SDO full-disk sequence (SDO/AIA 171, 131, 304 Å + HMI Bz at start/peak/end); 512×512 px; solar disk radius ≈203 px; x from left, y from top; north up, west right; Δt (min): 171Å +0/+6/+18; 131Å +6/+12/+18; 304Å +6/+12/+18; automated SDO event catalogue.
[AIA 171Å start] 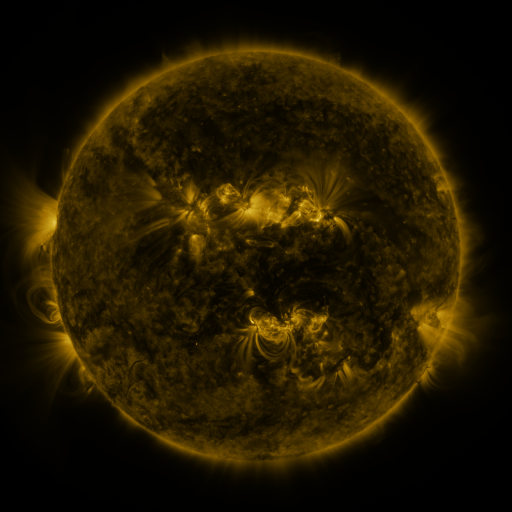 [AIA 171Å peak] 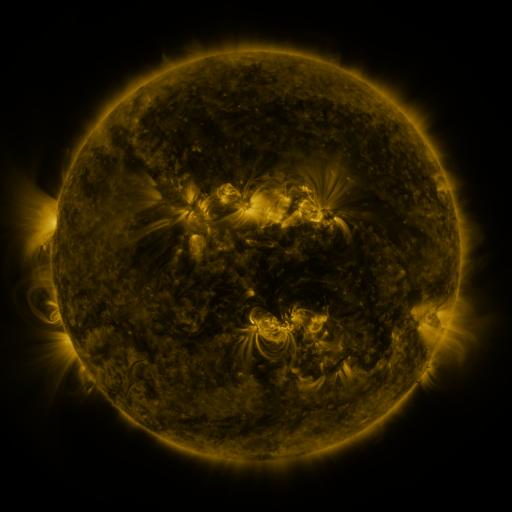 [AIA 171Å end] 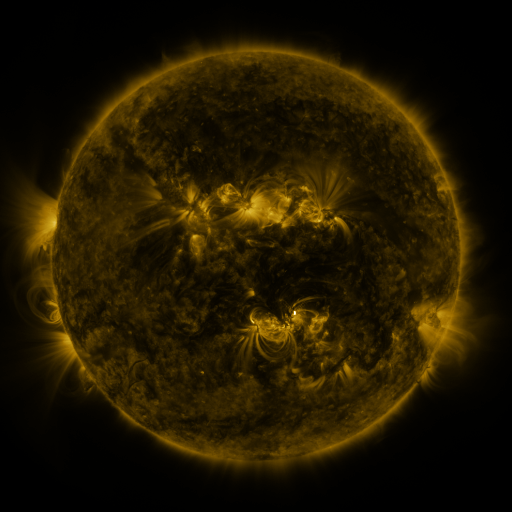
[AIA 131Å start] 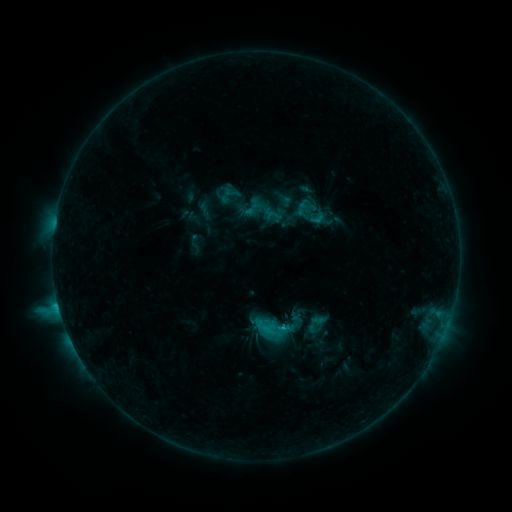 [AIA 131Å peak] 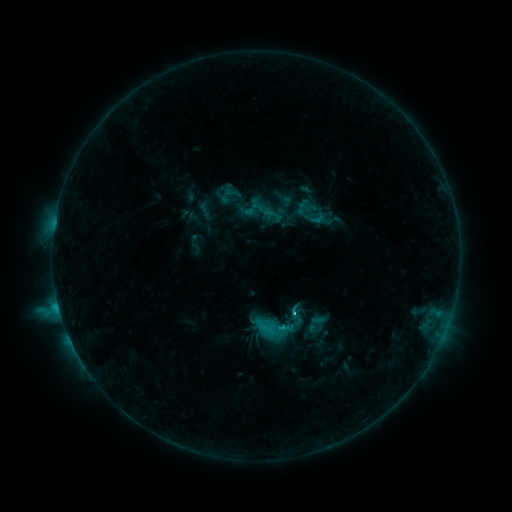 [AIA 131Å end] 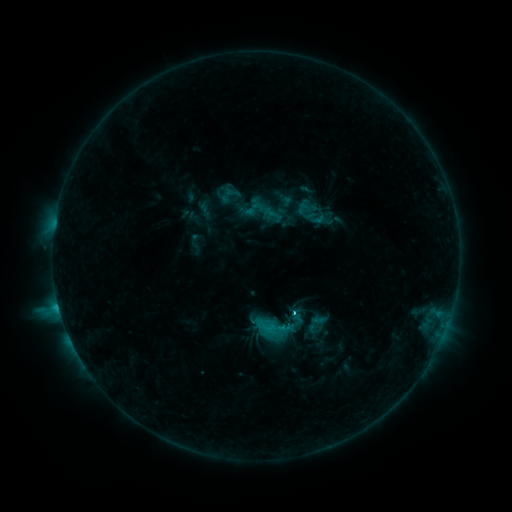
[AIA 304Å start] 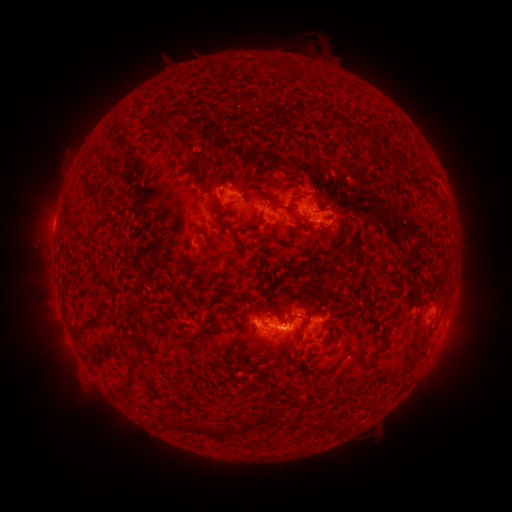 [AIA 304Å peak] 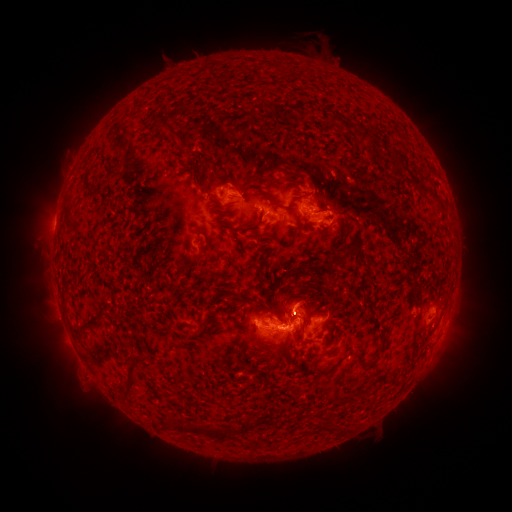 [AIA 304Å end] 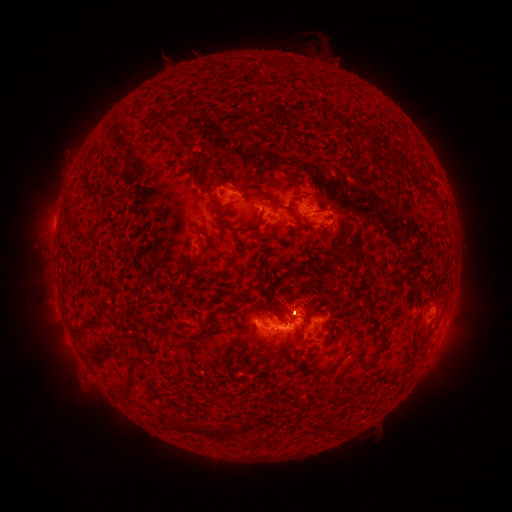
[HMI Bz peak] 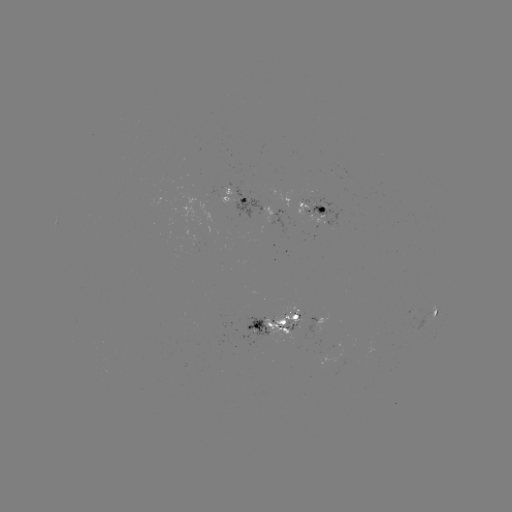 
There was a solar flare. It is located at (279, 326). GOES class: C4.1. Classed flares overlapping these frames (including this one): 1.